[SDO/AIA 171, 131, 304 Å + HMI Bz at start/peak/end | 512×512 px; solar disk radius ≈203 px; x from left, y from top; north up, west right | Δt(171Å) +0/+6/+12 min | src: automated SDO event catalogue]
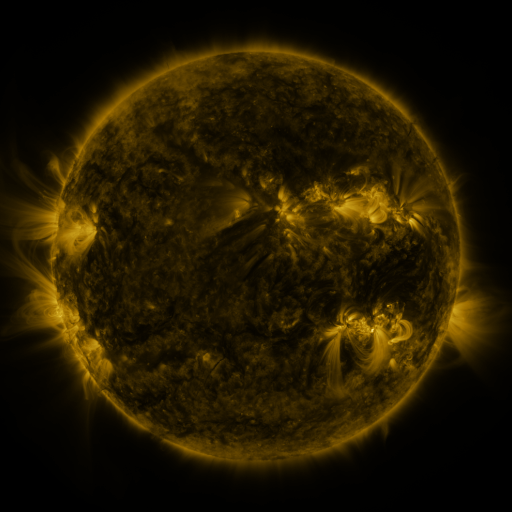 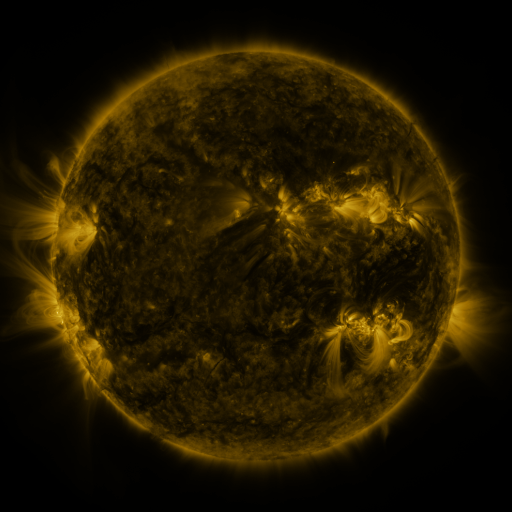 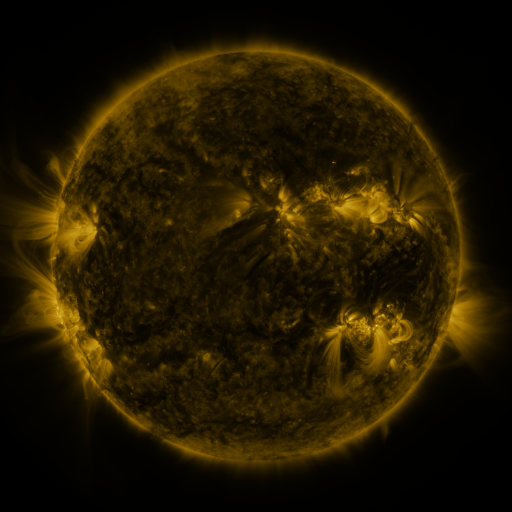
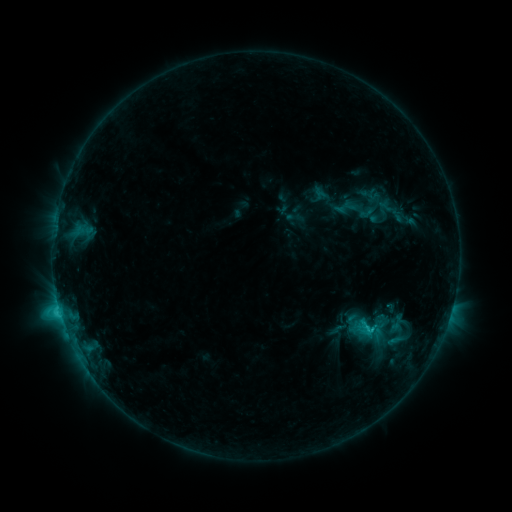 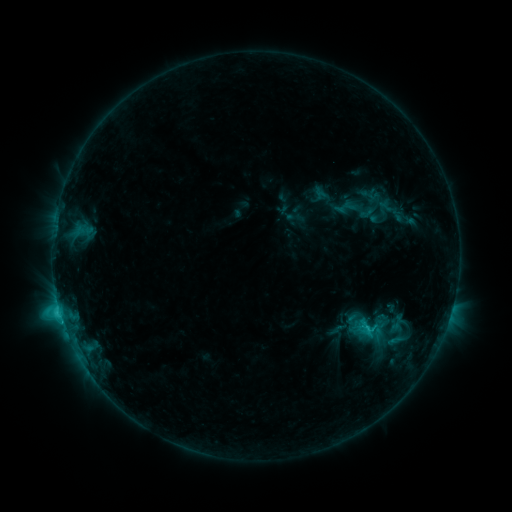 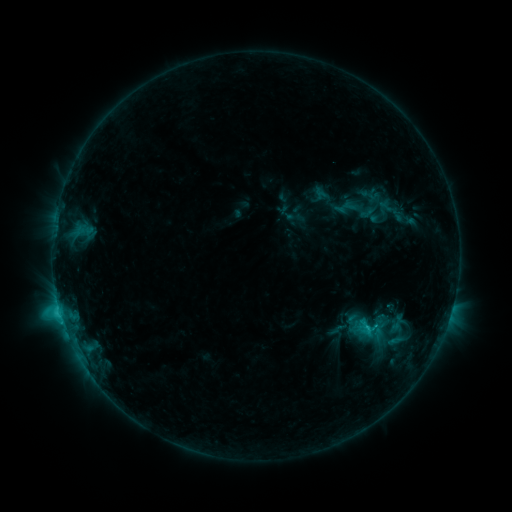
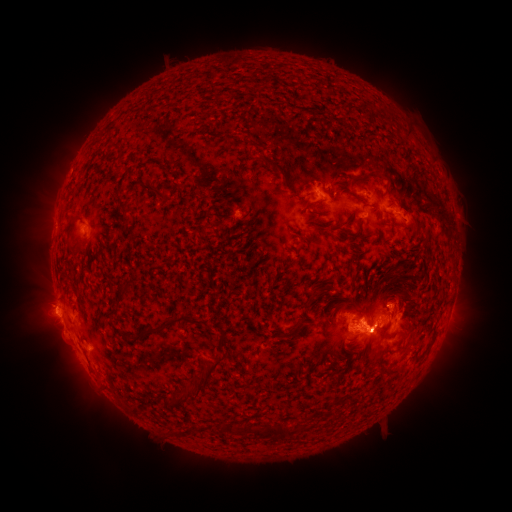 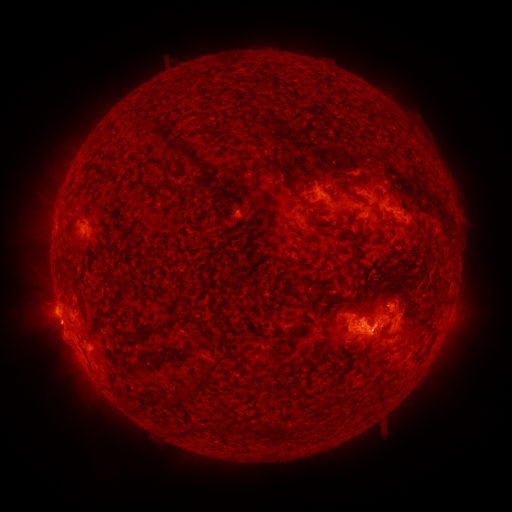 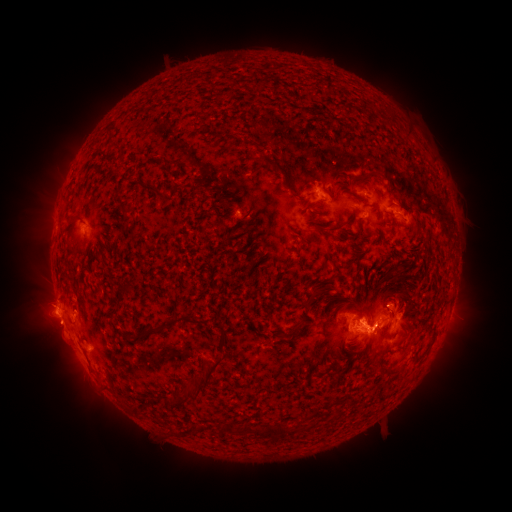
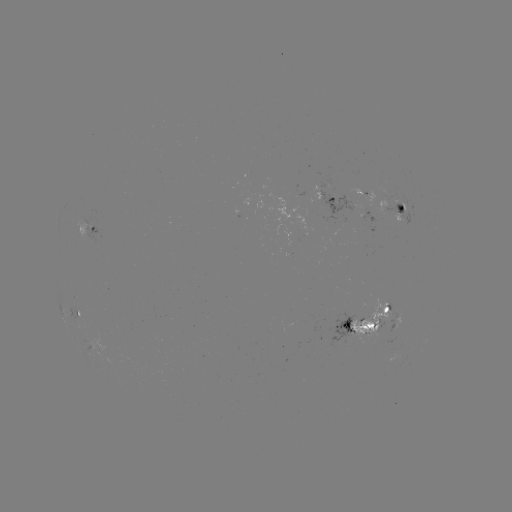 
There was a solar eruption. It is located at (53, 331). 